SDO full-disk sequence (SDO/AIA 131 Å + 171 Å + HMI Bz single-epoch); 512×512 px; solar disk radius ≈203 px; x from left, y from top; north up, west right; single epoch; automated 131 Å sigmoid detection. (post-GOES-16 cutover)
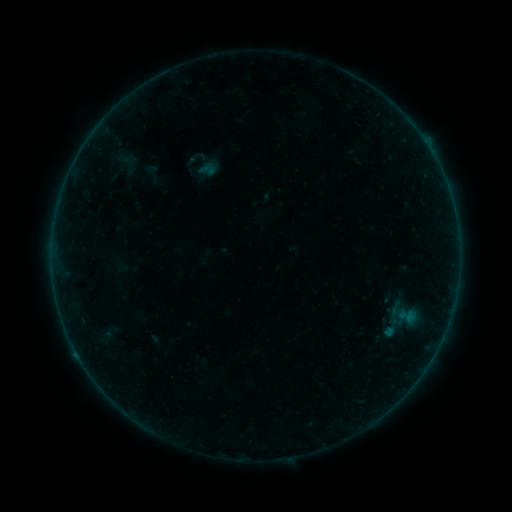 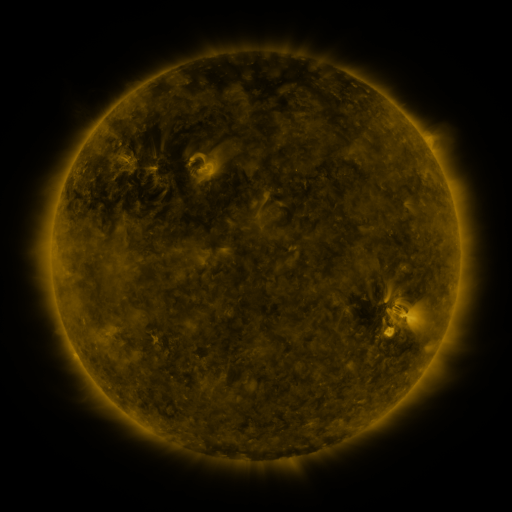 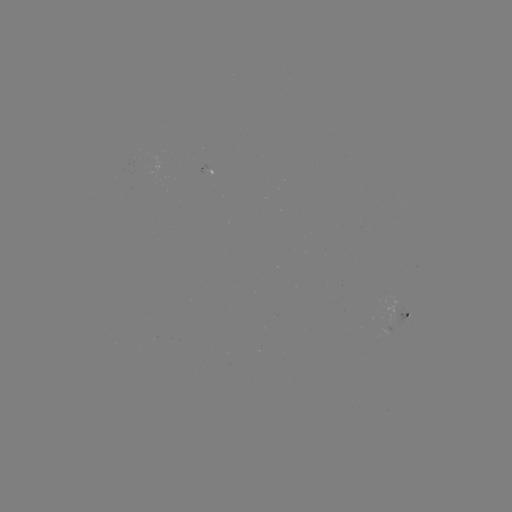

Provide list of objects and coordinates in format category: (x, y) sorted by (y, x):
sigmoid: (207, 170)
